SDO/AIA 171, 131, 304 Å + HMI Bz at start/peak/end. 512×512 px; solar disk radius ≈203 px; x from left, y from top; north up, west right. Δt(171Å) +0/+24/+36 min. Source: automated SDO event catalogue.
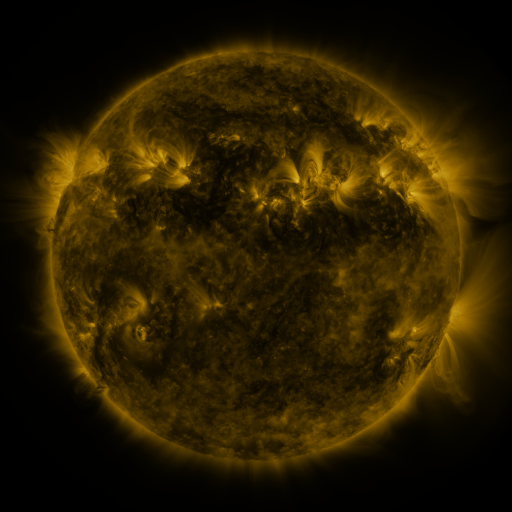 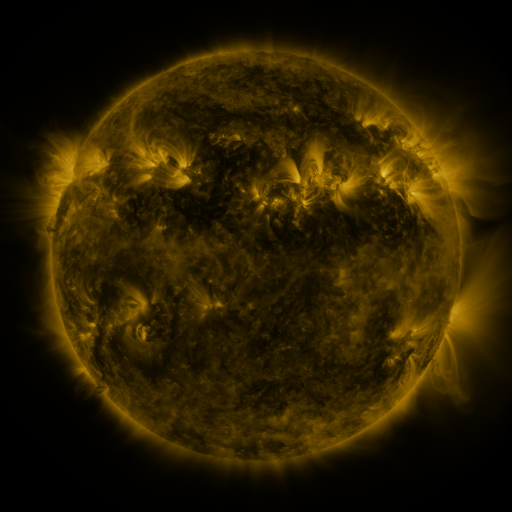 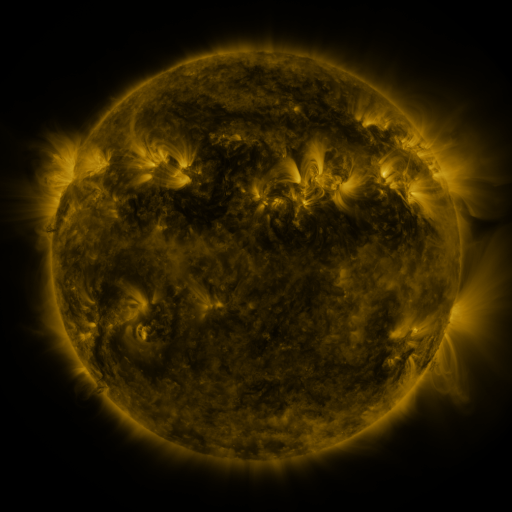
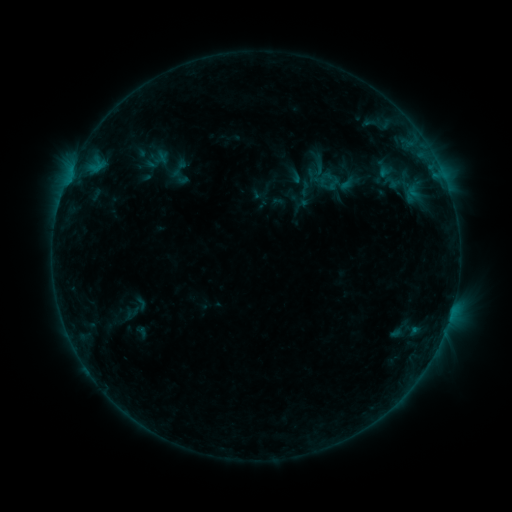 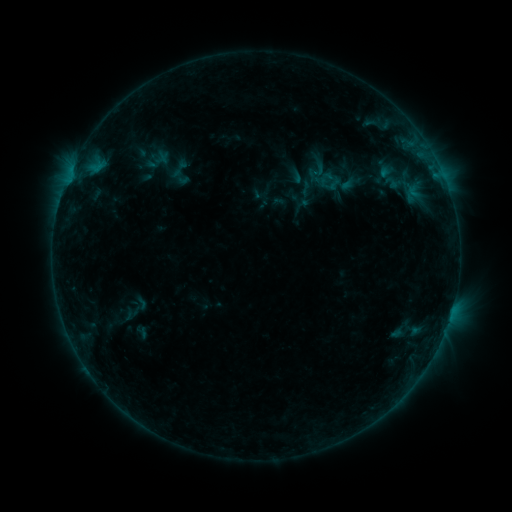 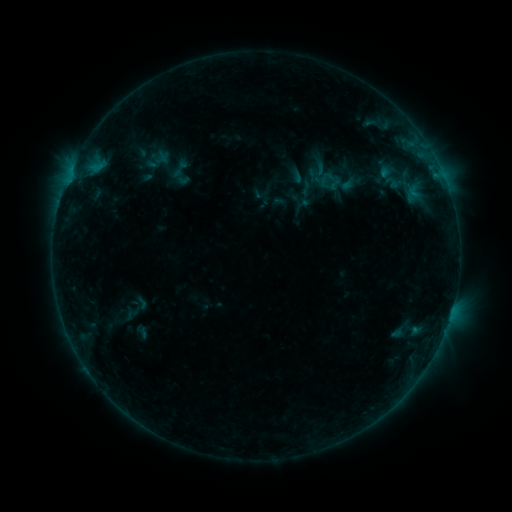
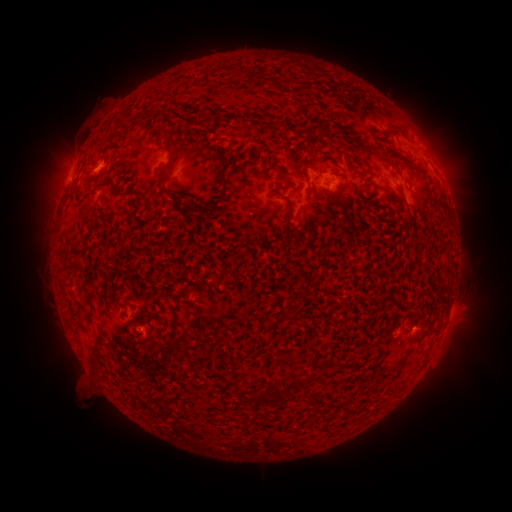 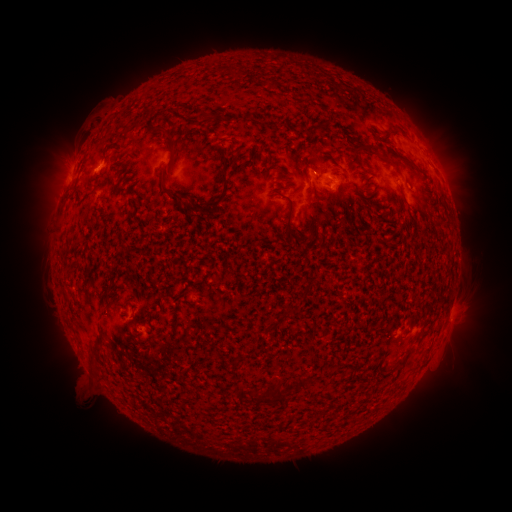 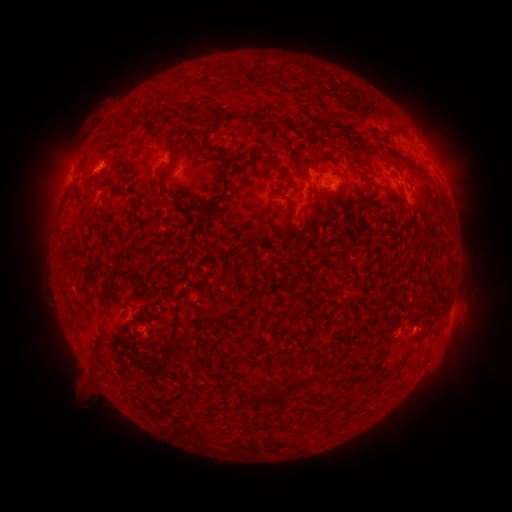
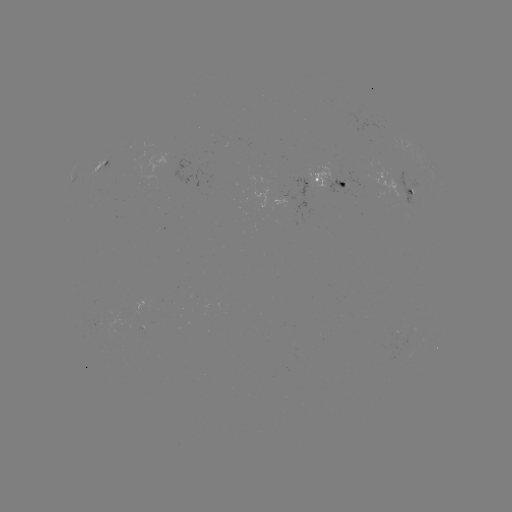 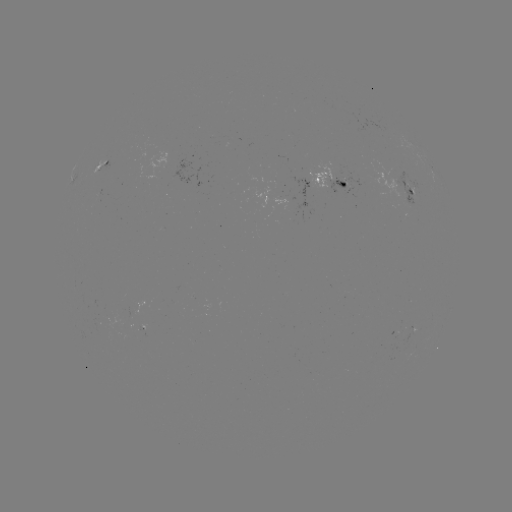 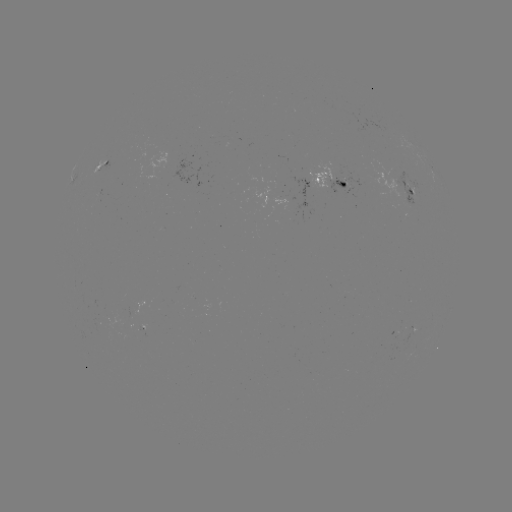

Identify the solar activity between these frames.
emerging-flux region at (405, 197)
